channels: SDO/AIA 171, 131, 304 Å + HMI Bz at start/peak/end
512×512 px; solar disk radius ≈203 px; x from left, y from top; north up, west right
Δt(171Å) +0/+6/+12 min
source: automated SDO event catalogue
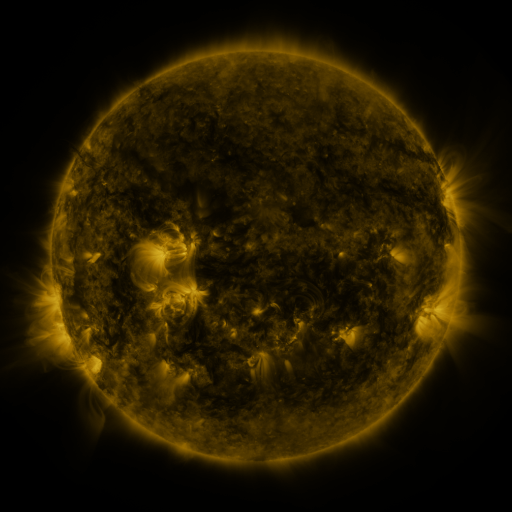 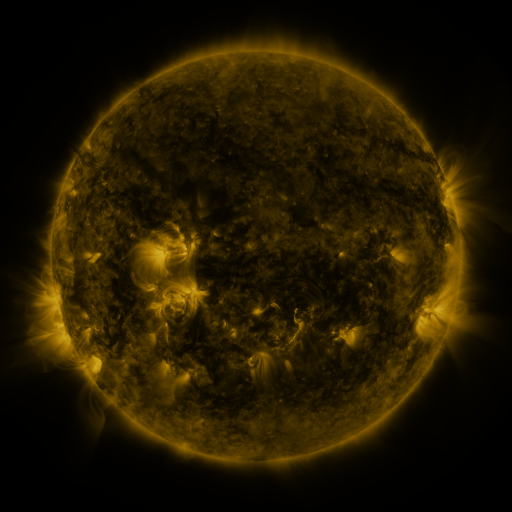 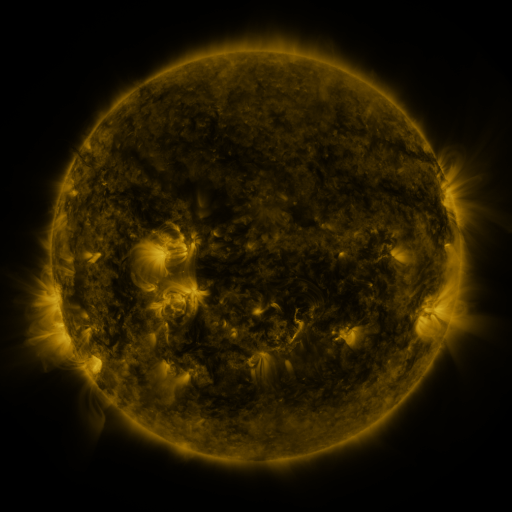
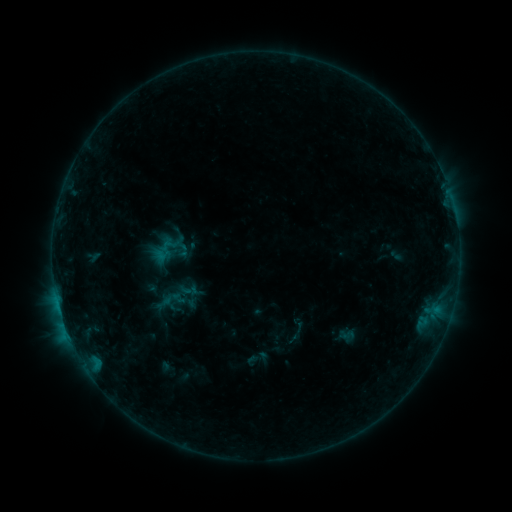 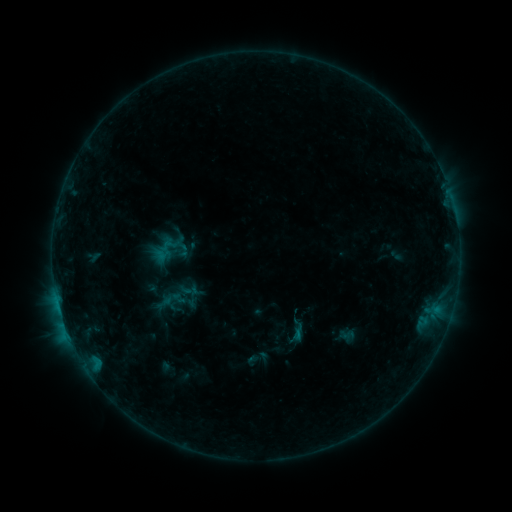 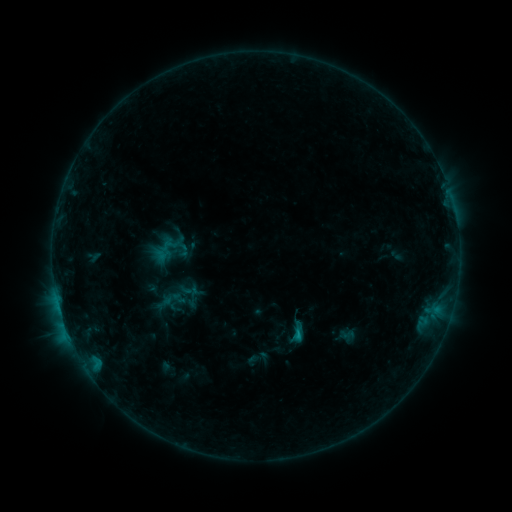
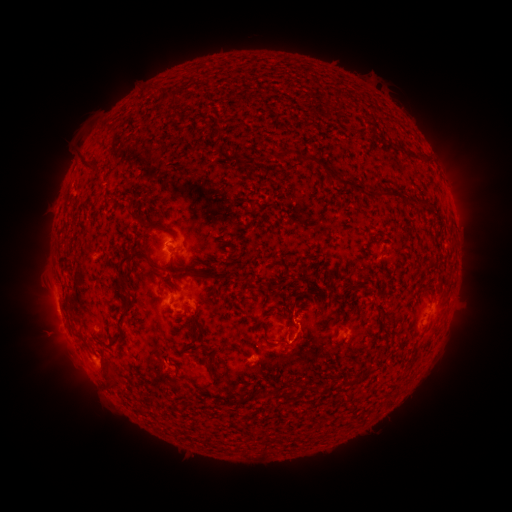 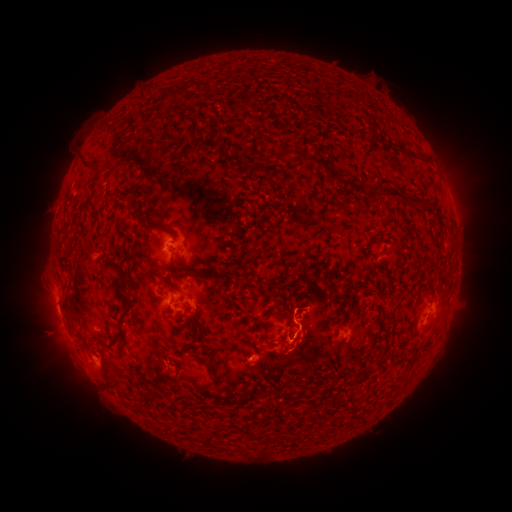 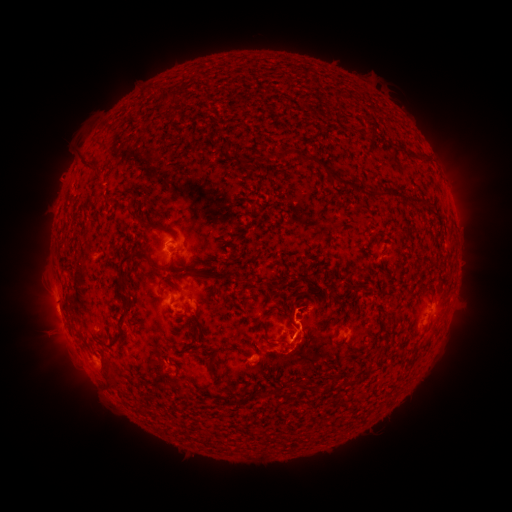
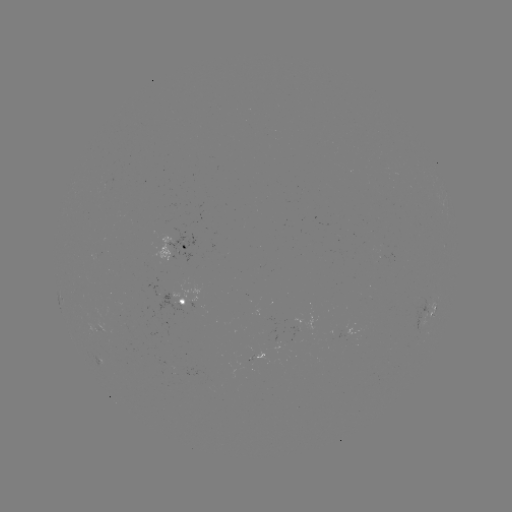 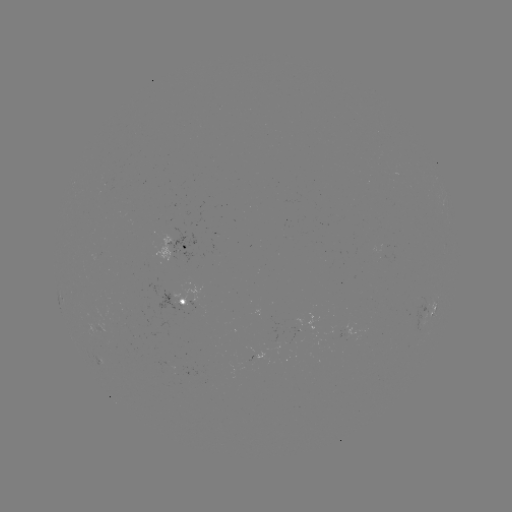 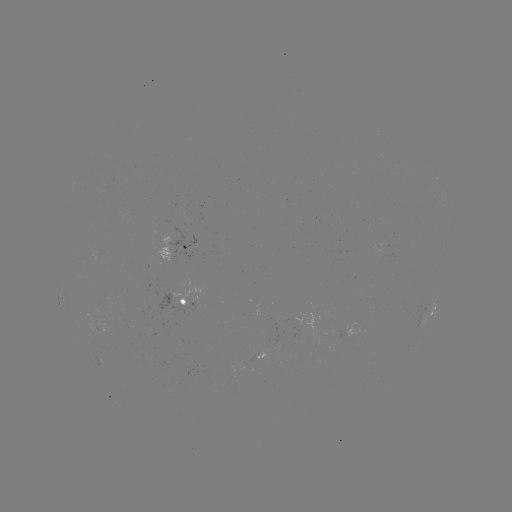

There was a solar eruption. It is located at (301, 306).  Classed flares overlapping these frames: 1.